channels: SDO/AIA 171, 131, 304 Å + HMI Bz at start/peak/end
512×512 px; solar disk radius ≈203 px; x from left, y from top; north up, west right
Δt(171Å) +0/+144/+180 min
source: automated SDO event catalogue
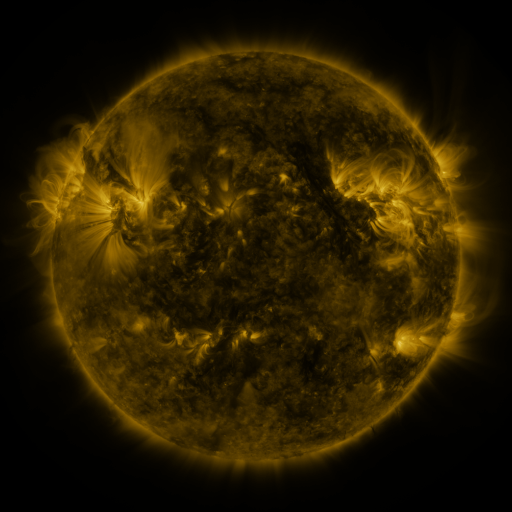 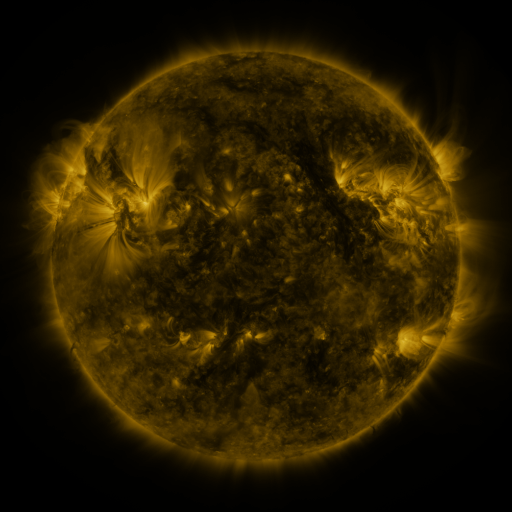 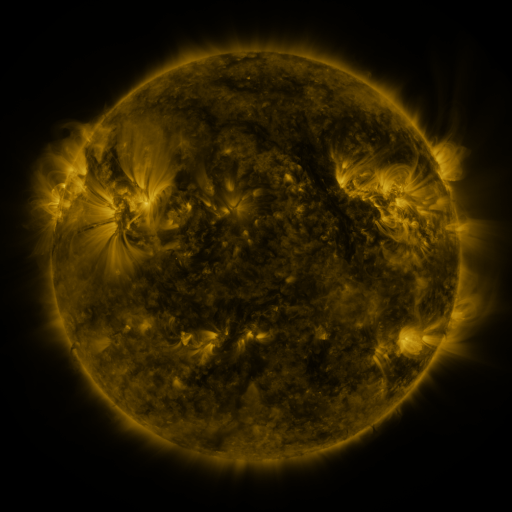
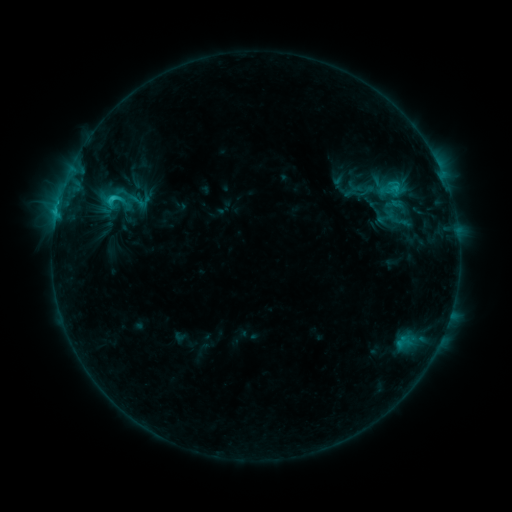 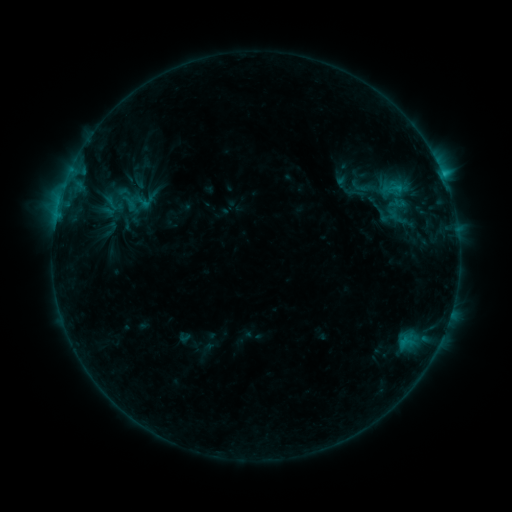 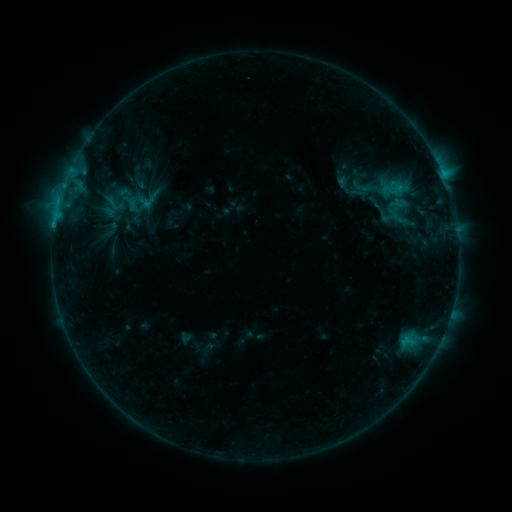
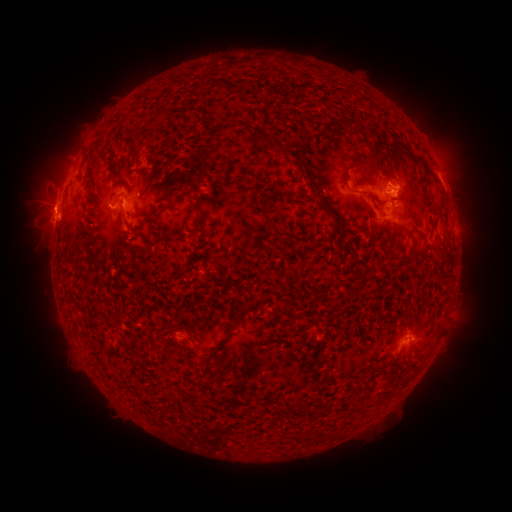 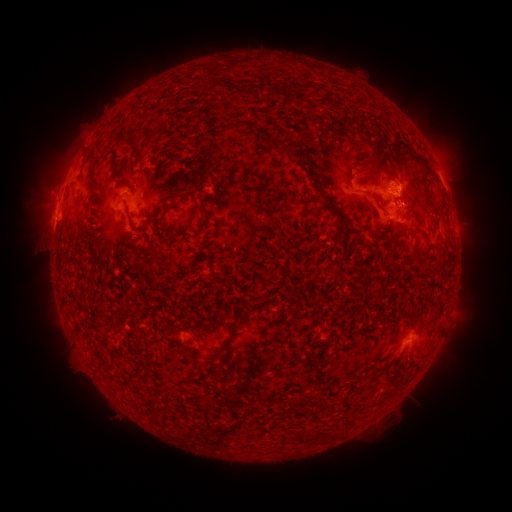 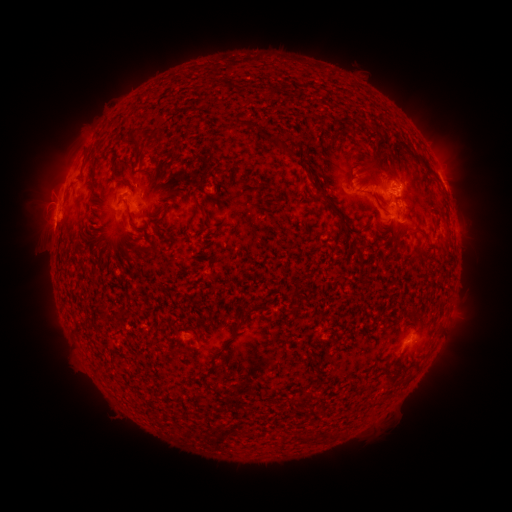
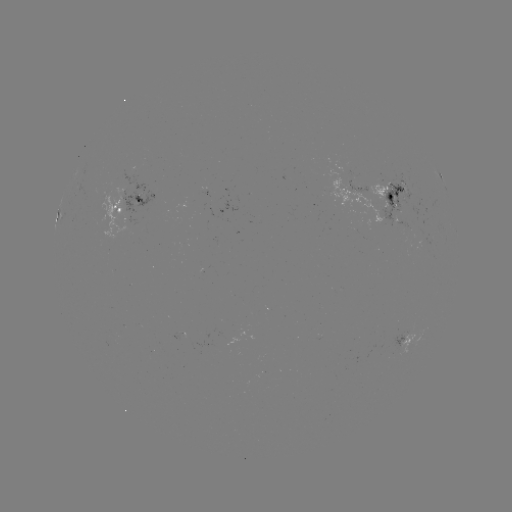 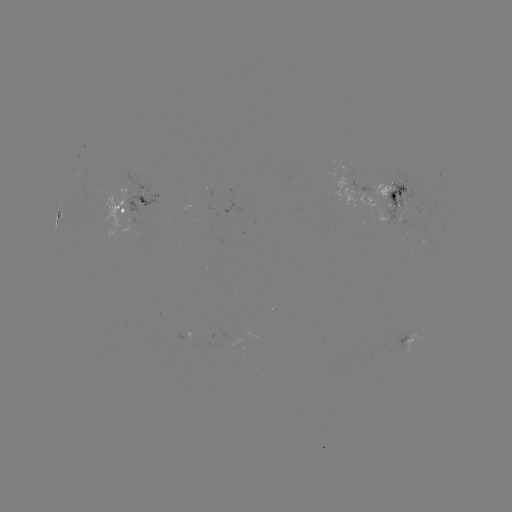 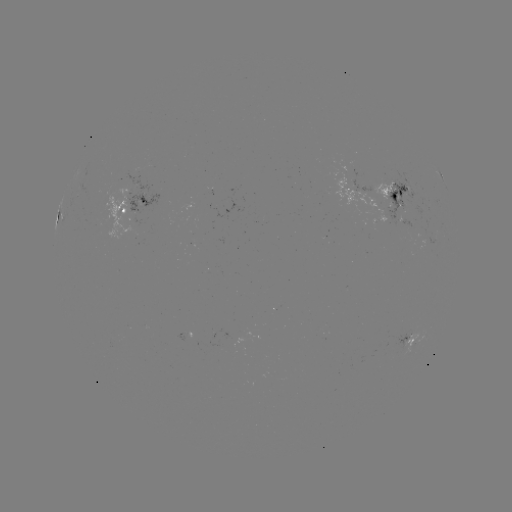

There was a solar emerging-flux region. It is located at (409, 334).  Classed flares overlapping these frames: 2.